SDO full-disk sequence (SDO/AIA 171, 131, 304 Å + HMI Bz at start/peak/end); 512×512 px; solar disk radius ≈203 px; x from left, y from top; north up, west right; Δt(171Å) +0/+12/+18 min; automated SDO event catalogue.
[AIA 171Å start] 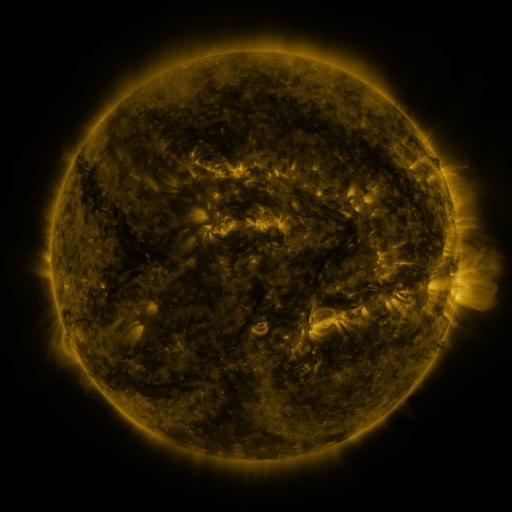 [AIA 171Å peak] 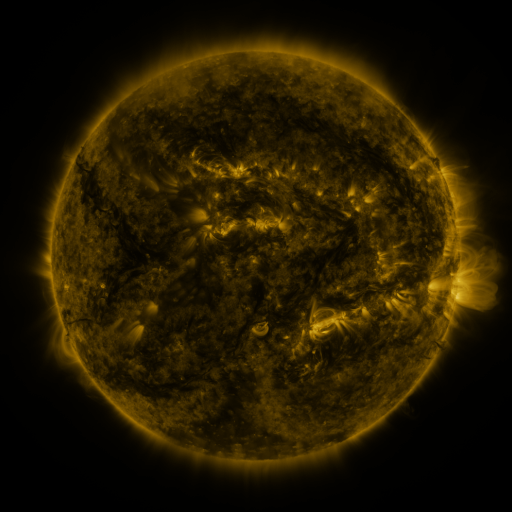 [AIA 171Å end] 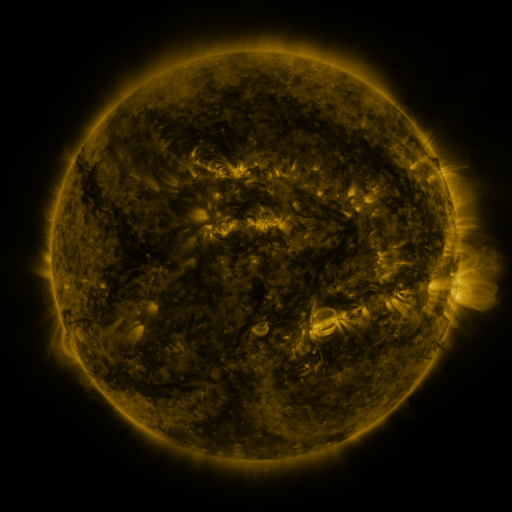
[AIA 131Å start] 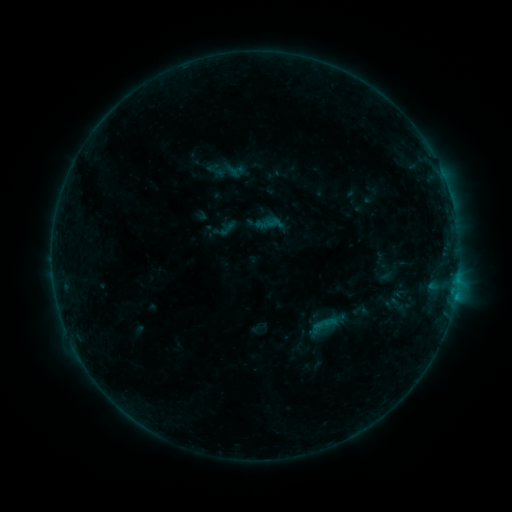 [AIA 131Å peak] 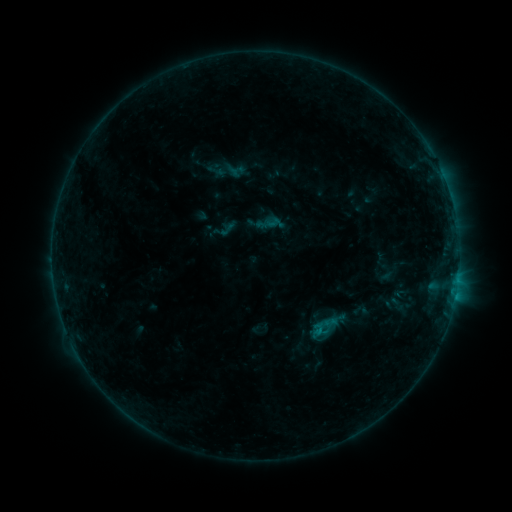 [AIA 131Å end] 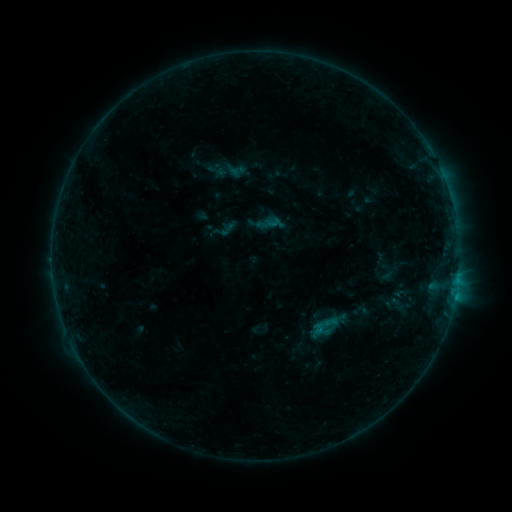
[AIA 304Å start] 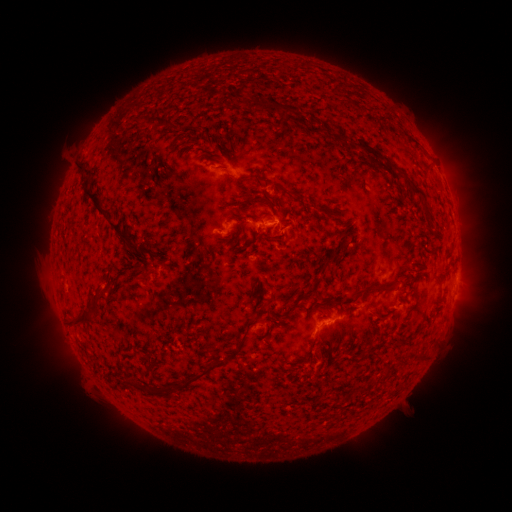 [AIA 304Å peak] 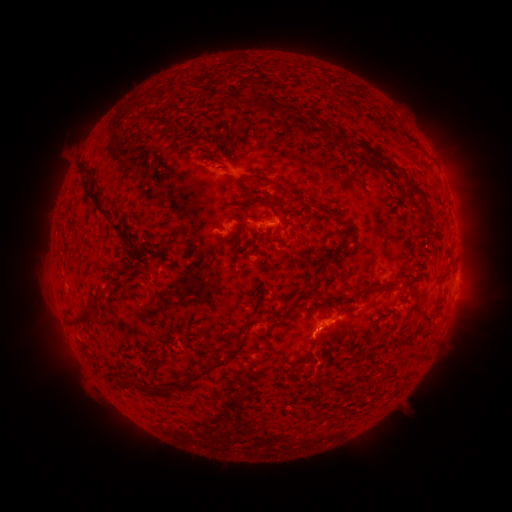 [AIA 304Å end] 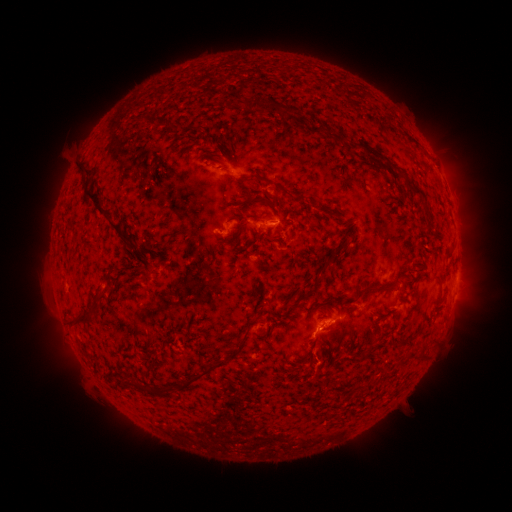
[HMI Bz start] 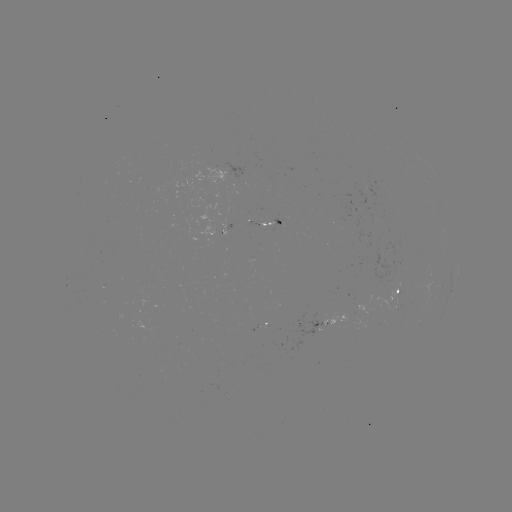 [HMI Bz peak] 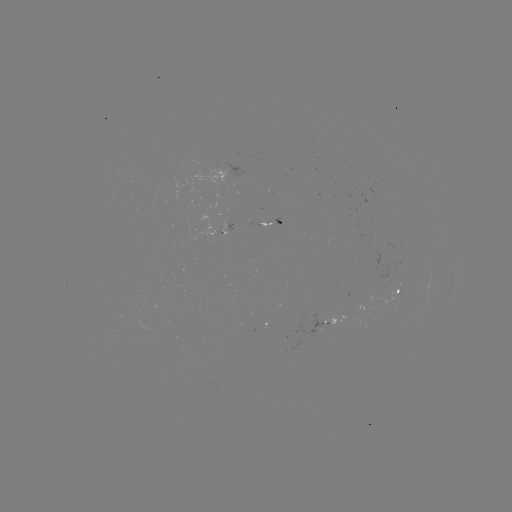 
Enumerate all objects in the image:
B4.0 flare: (317, 330)
